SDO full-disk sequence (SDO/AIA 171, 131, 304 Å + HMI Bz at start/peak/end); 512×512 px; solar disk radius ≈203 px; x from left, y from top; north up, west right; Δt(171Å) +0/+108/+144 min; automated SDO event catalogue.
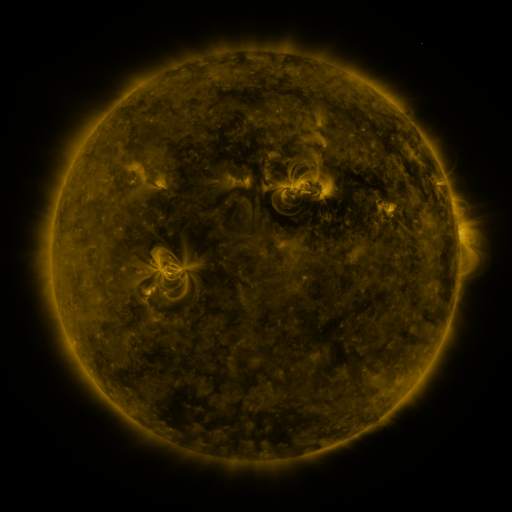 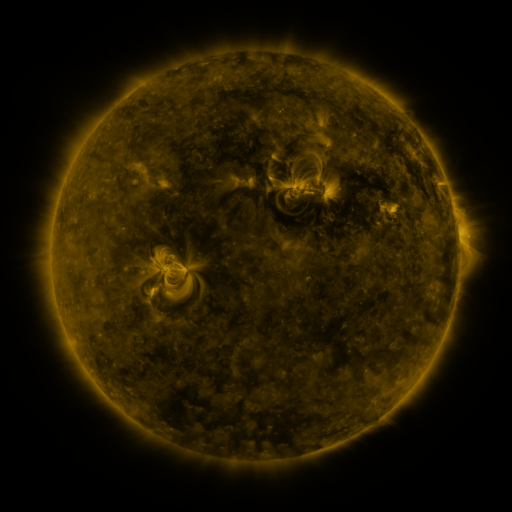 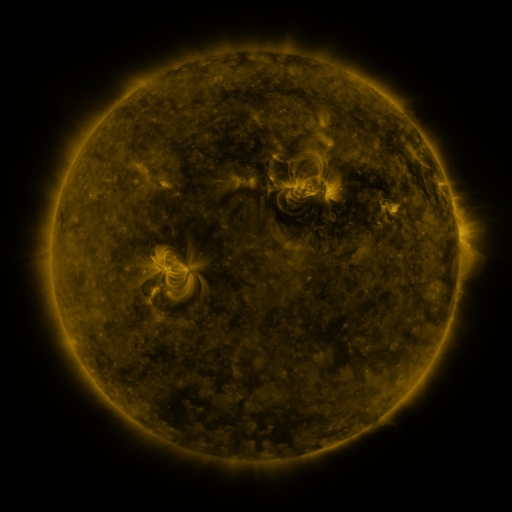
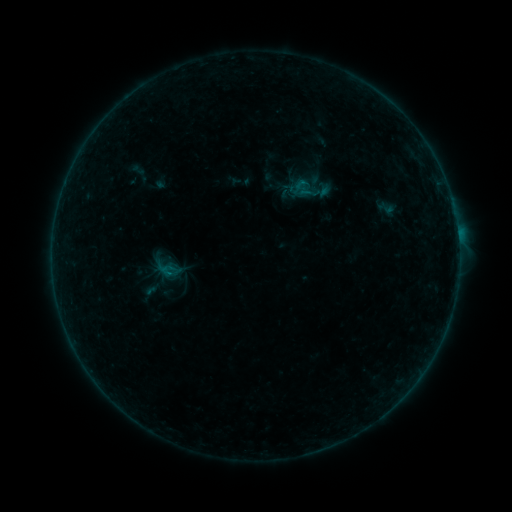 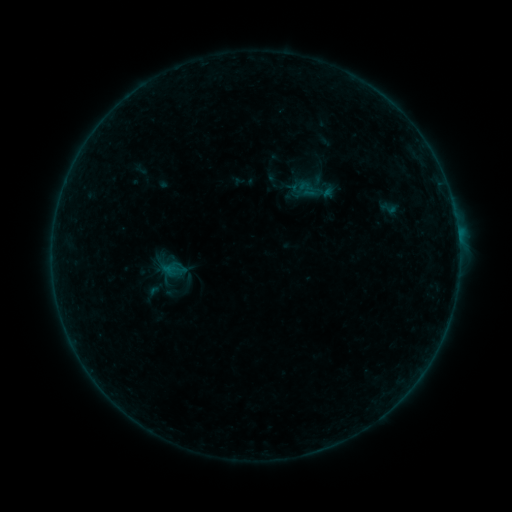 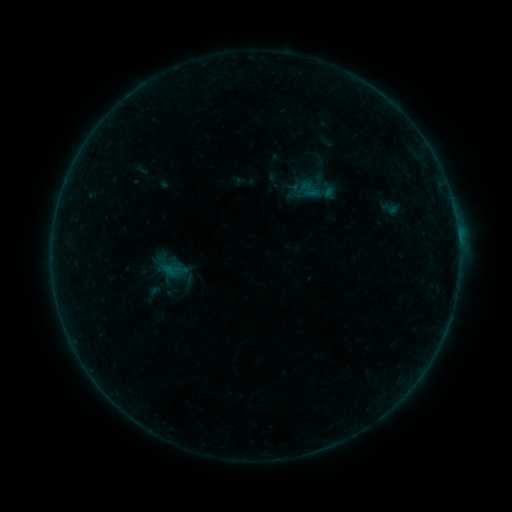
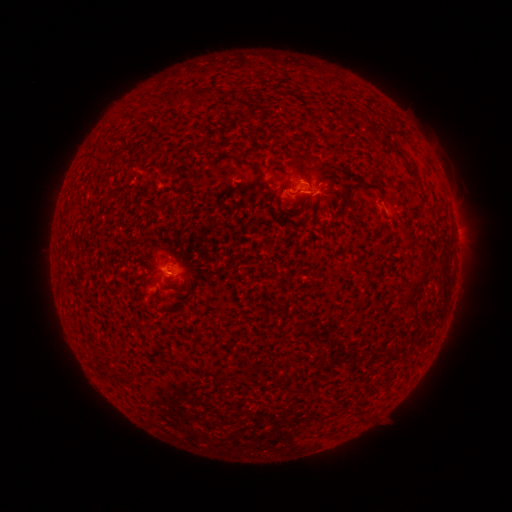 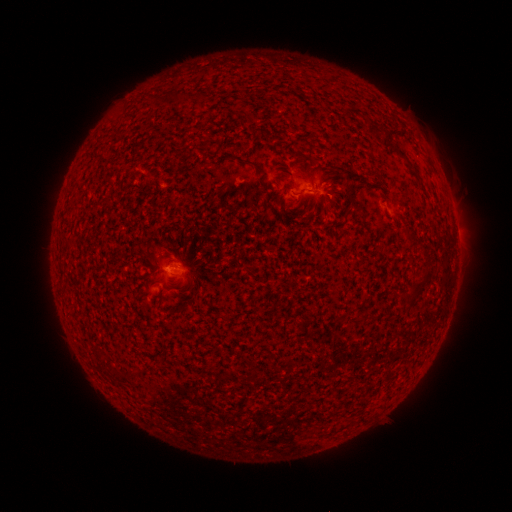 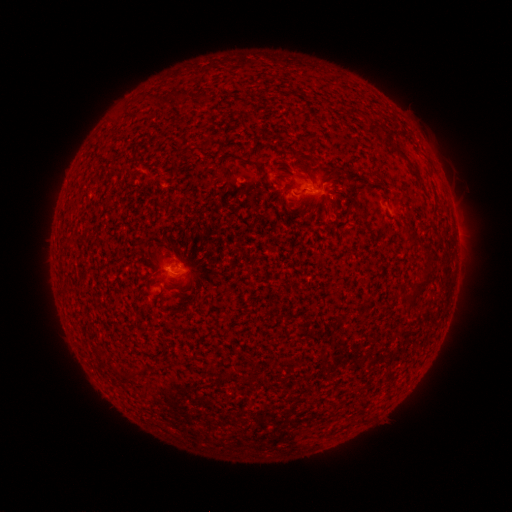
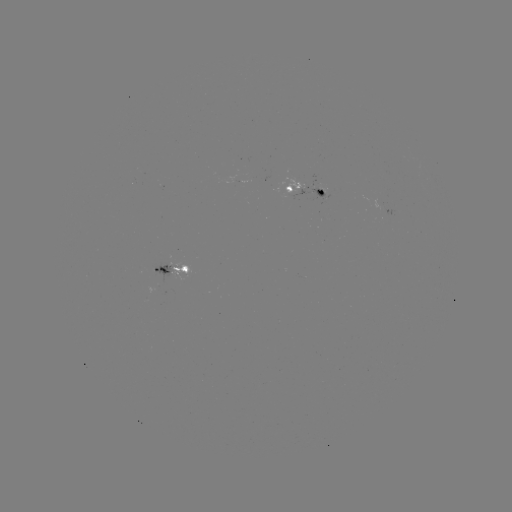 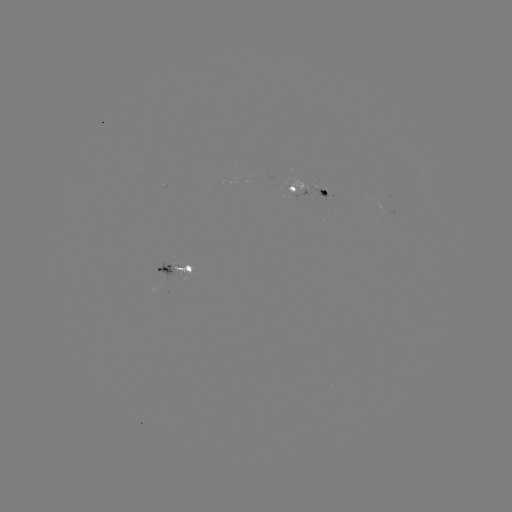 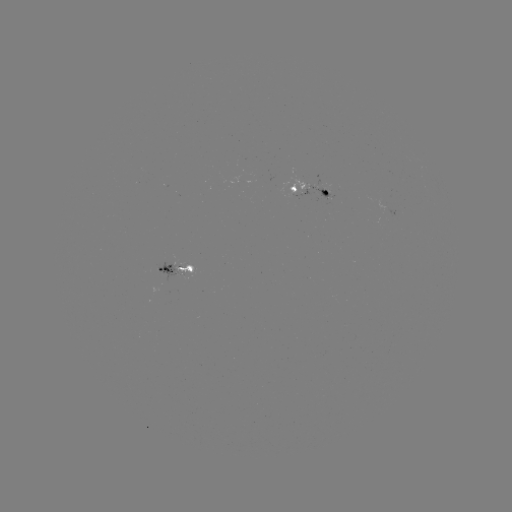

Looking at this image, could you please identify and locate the emerging-flux region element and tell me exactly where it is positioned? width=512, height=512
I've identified emerging-flux region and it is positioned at (325, 189).